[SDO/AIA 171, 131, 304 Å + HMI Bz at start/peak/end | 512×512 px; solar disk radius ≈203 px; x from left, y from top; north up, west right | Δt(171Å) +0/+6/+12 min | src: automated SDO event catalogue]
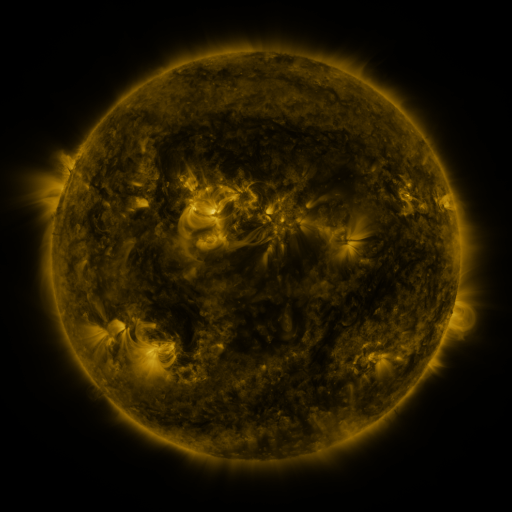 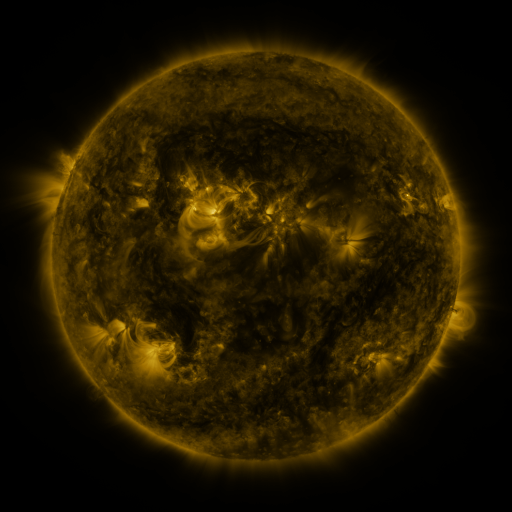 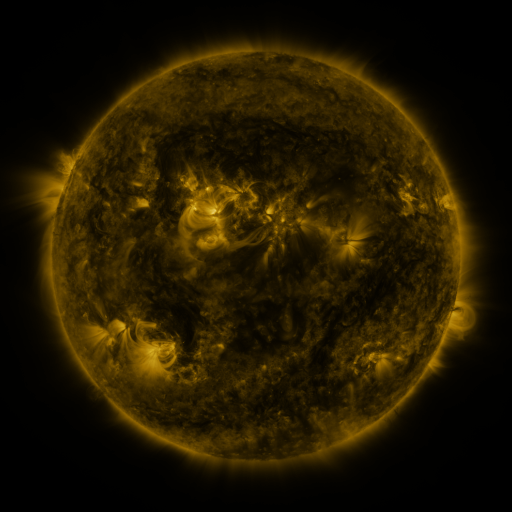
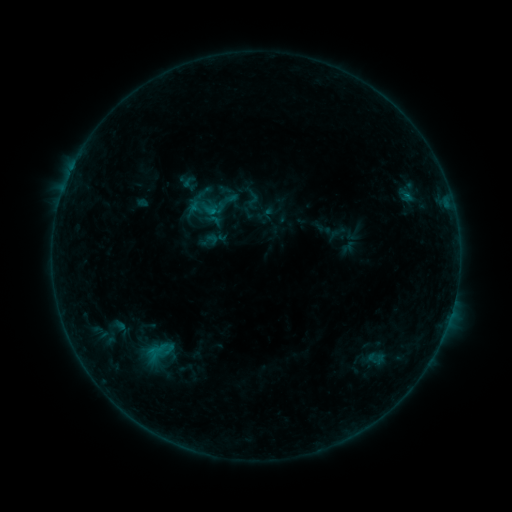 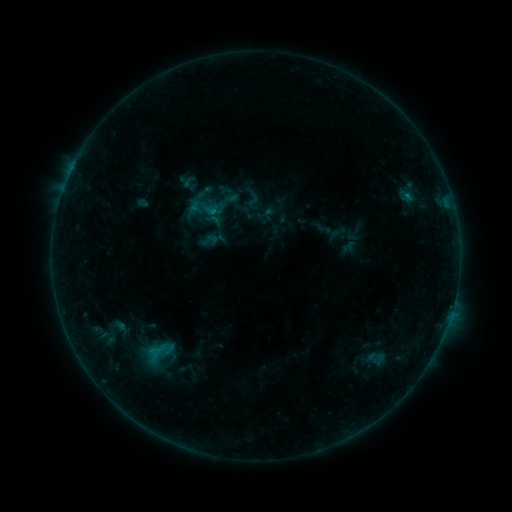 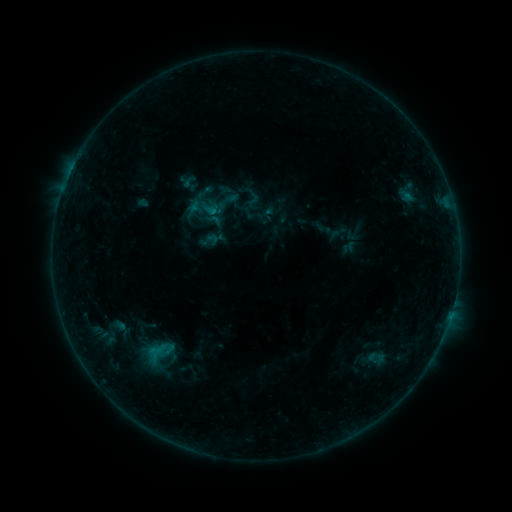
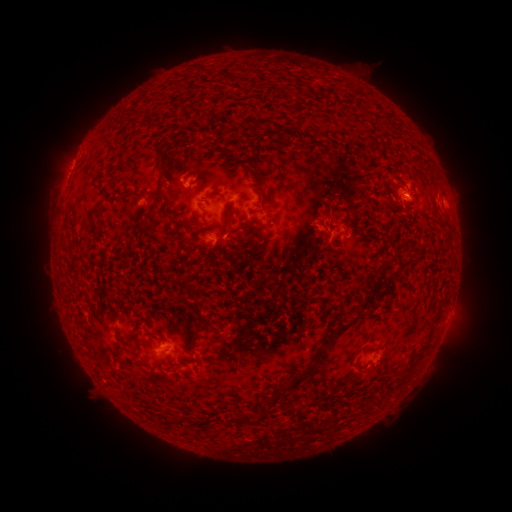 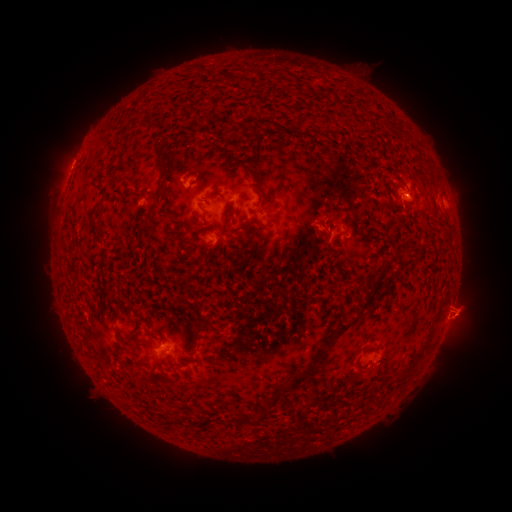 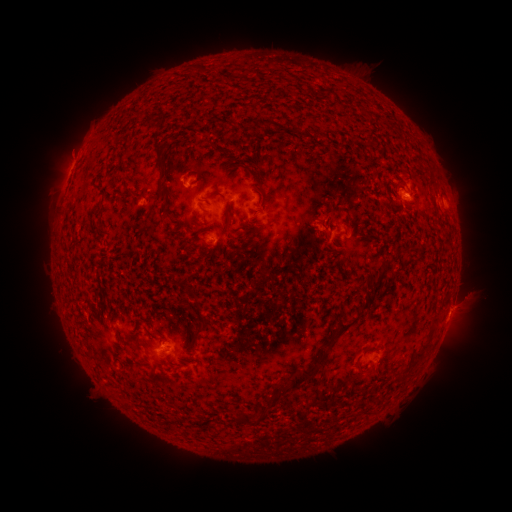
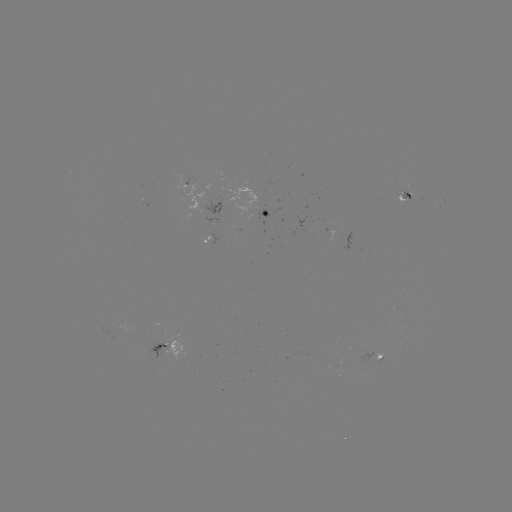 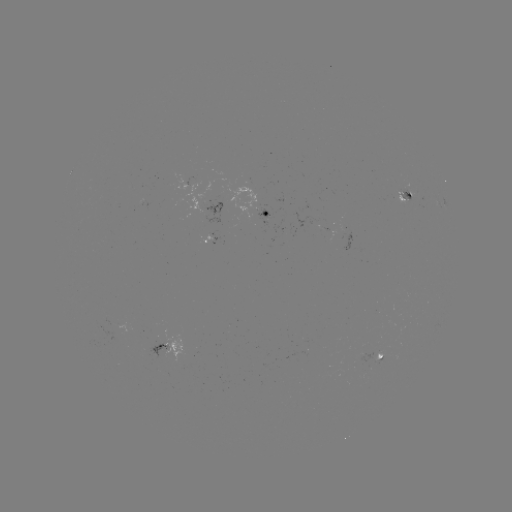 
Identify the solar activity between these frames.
eruption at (462, 315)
